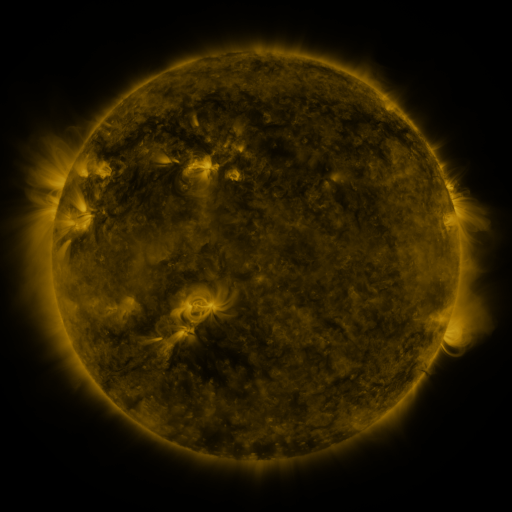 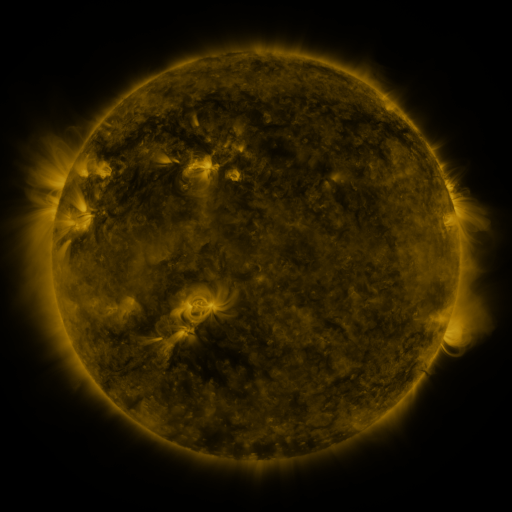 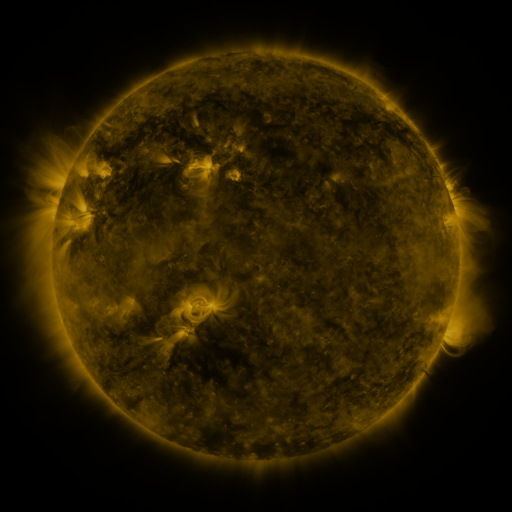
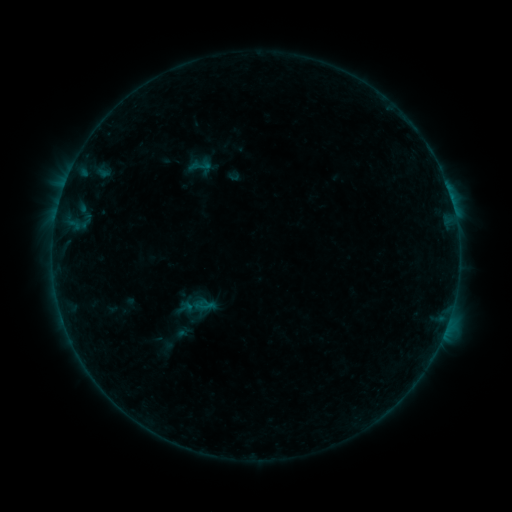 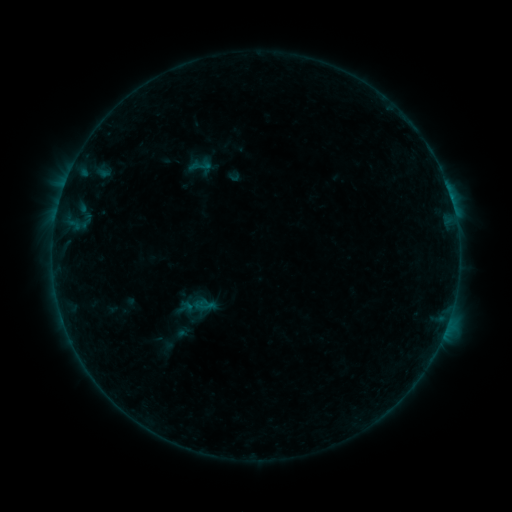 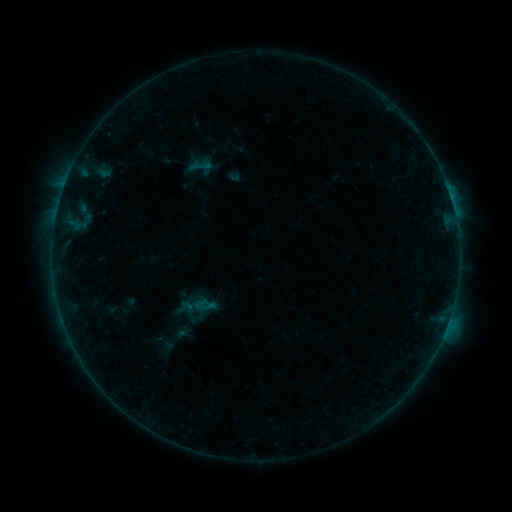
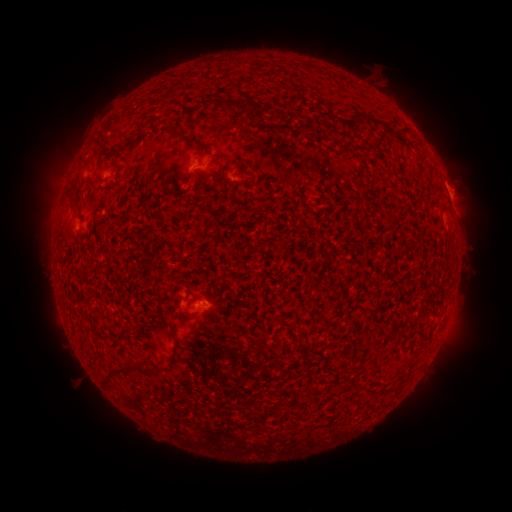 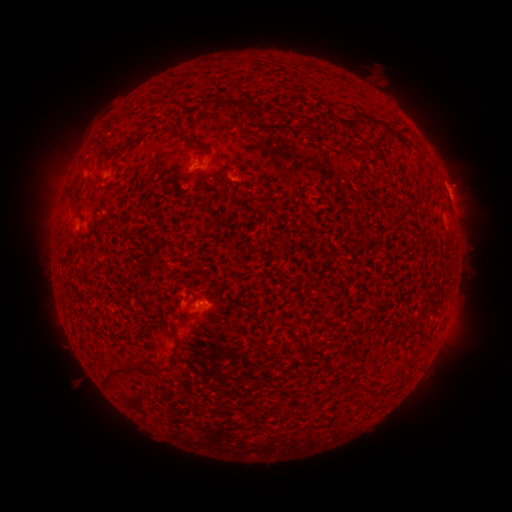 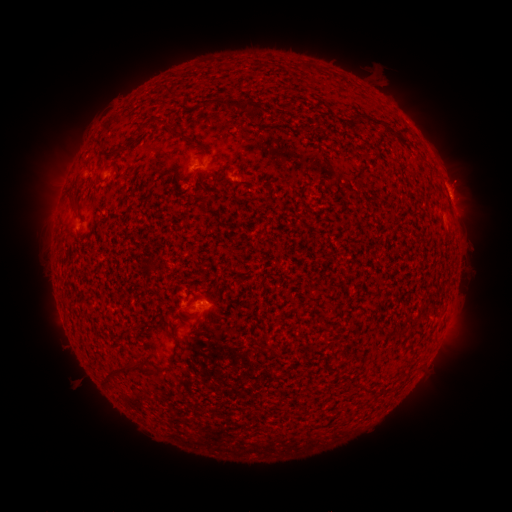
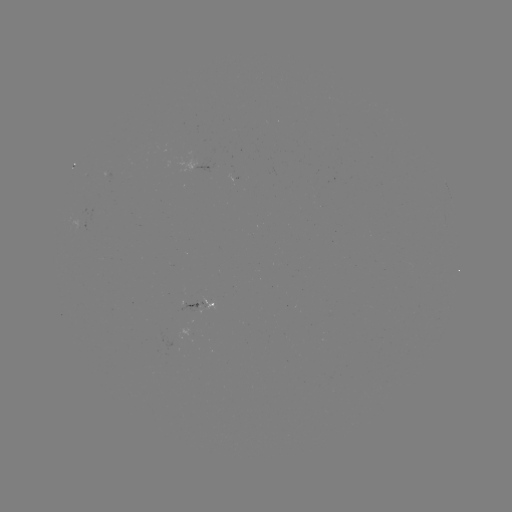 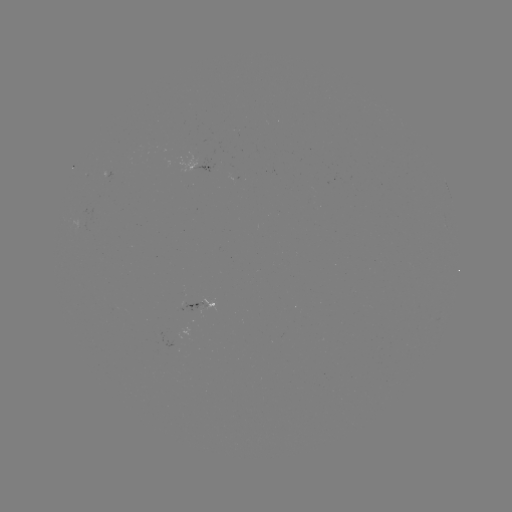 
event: eruption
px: (465, 177)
